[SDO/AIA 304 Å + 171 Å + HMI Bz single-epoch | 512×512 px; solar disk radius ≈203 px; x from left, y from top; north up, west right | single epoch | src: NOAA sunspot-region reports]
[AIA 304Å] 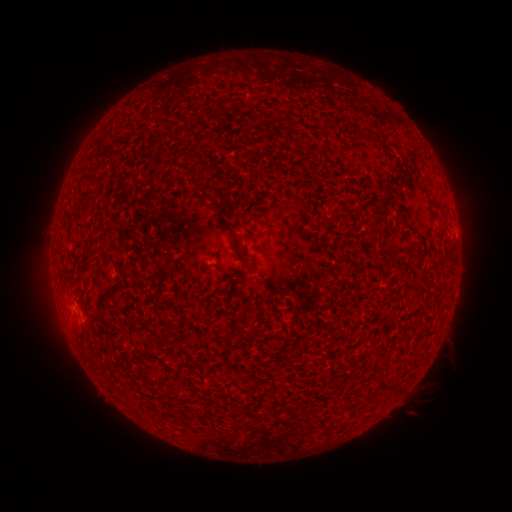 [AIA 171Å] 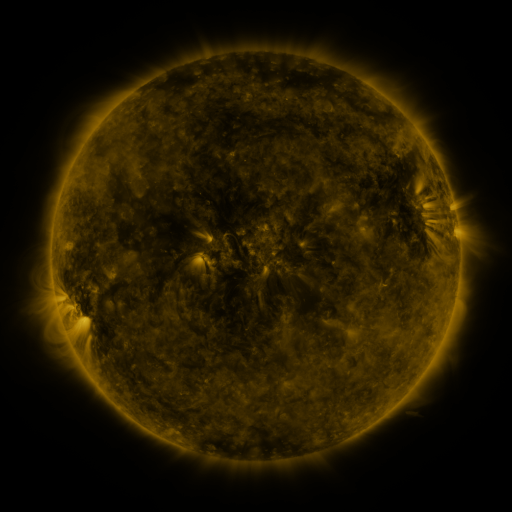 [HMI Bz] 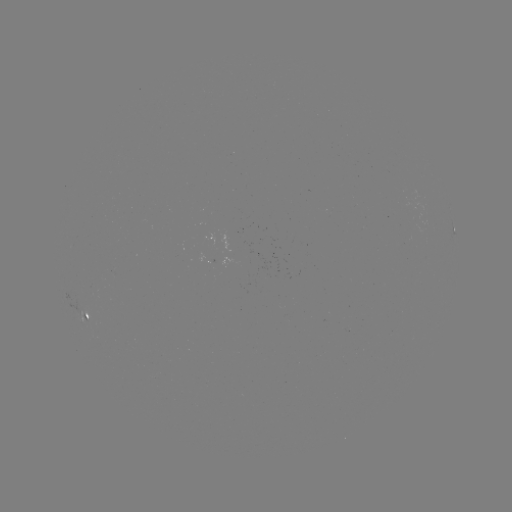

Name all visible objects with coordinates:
spotted active region: (454, 232)
spotted active region: (85, 314)
